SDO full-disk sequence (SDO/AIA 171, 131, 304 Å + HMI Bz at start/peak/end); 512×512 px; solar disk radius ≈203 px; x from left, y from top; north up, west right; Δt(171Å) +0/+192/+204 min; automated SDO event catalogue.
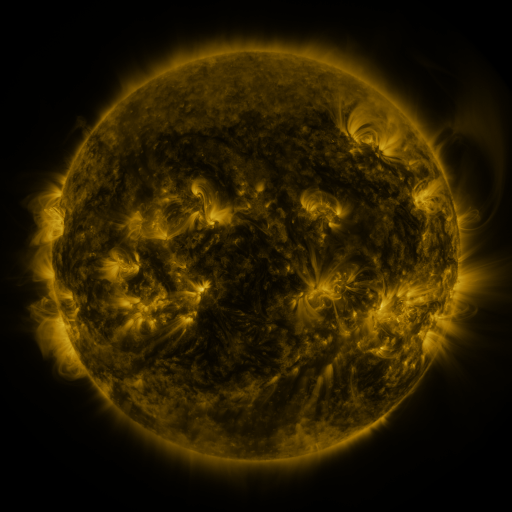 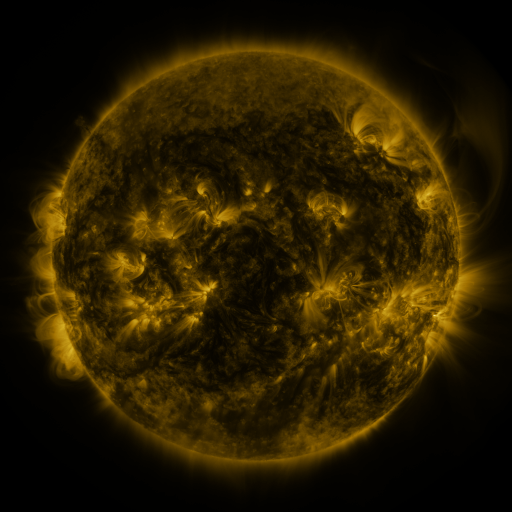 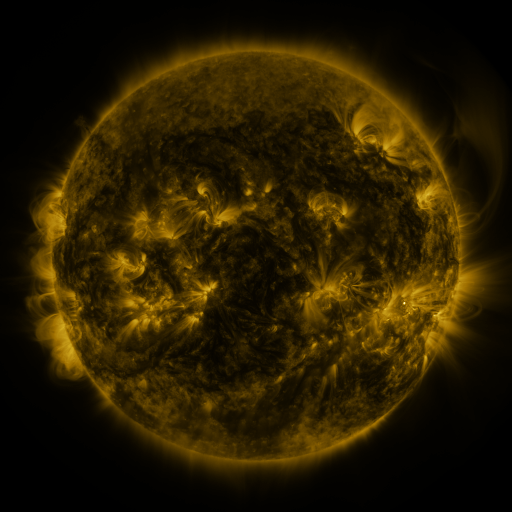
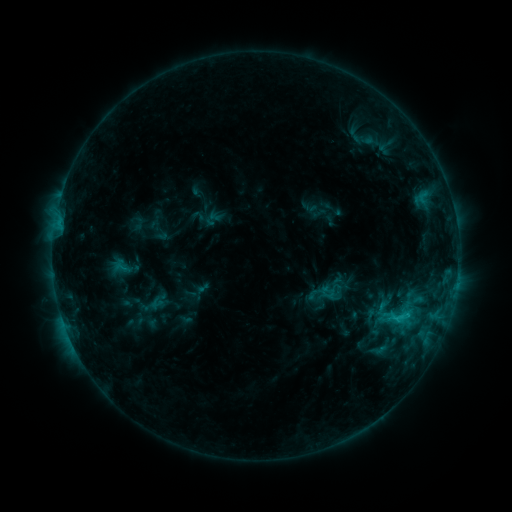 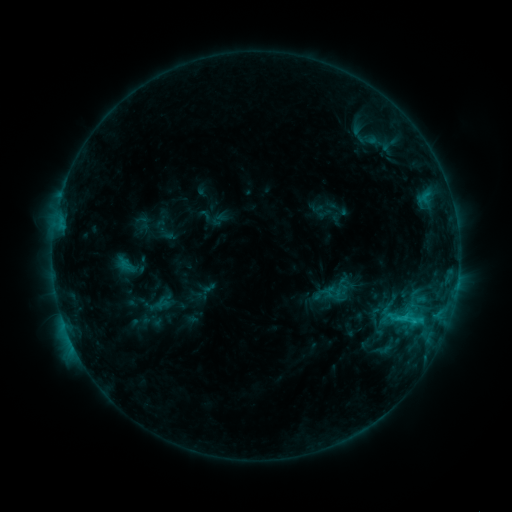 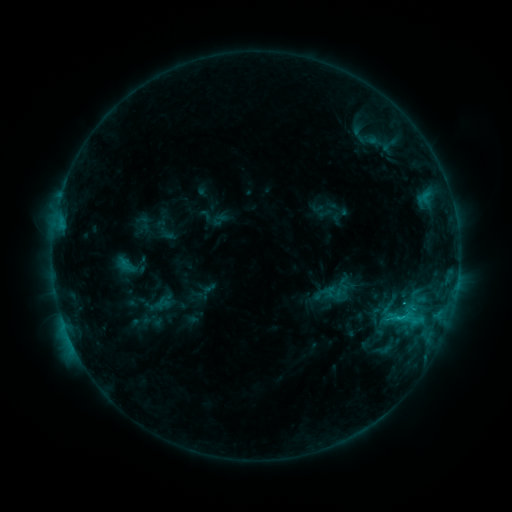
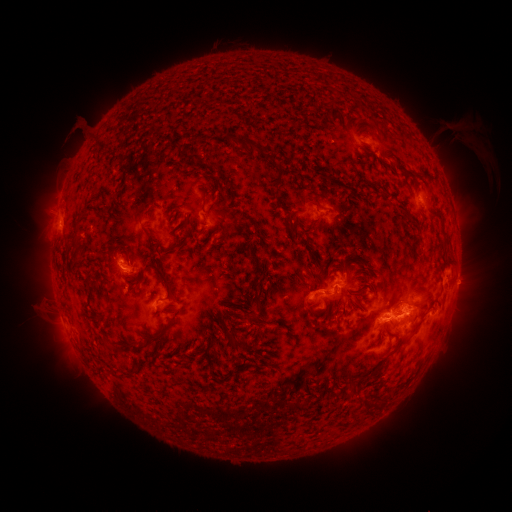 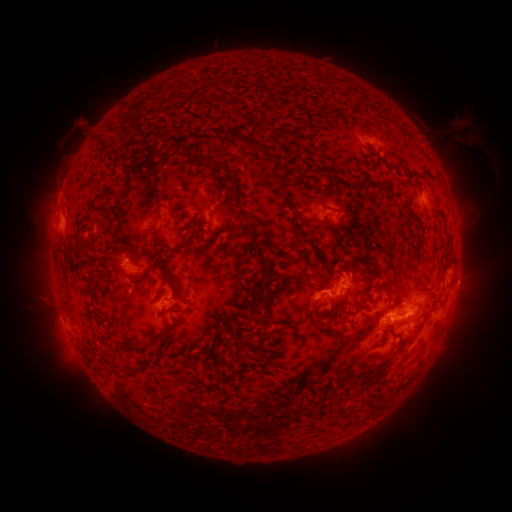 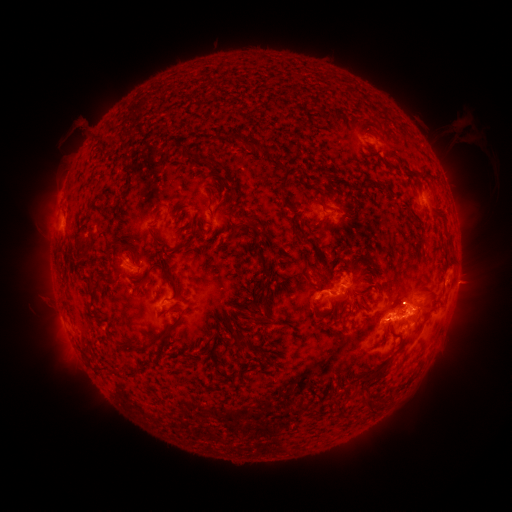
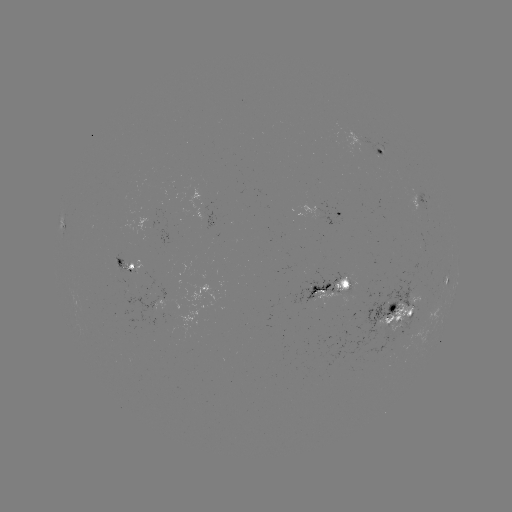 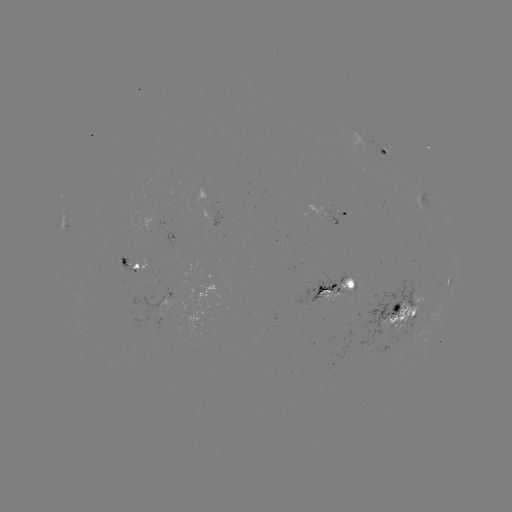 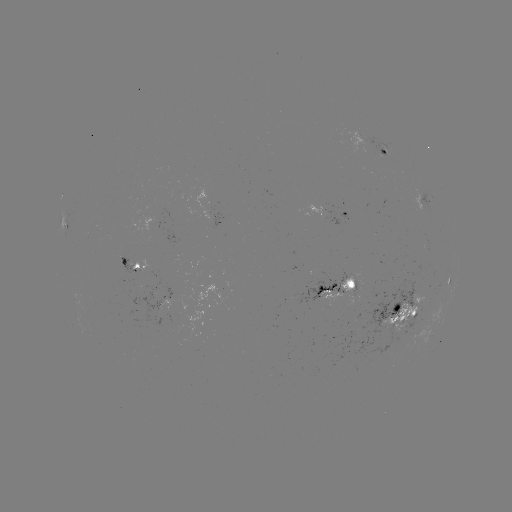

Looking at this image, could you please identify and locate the emerging-flux region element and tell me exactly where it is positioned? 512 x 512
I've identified emerging-flux region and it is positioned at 407,319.